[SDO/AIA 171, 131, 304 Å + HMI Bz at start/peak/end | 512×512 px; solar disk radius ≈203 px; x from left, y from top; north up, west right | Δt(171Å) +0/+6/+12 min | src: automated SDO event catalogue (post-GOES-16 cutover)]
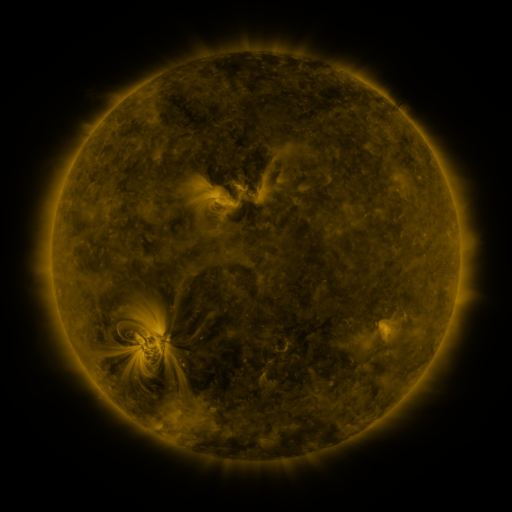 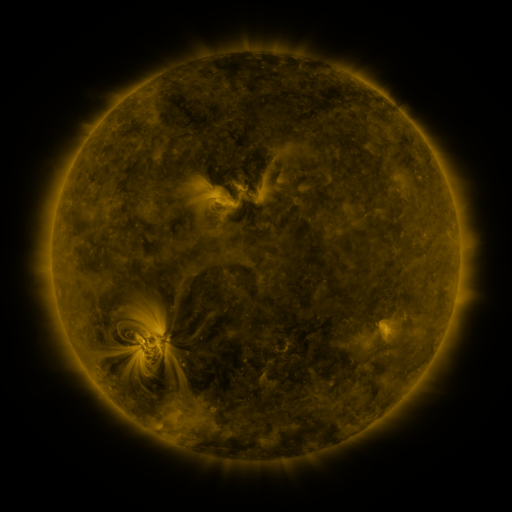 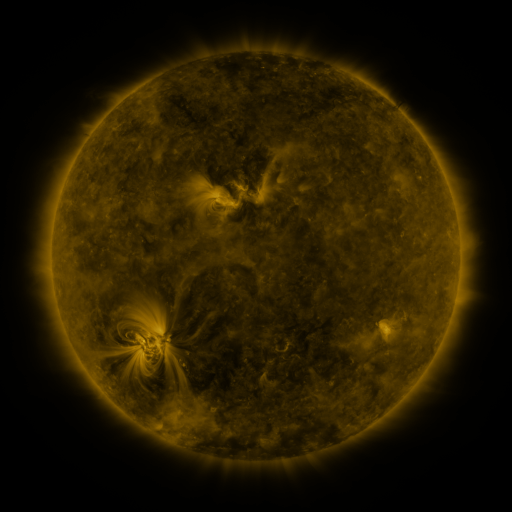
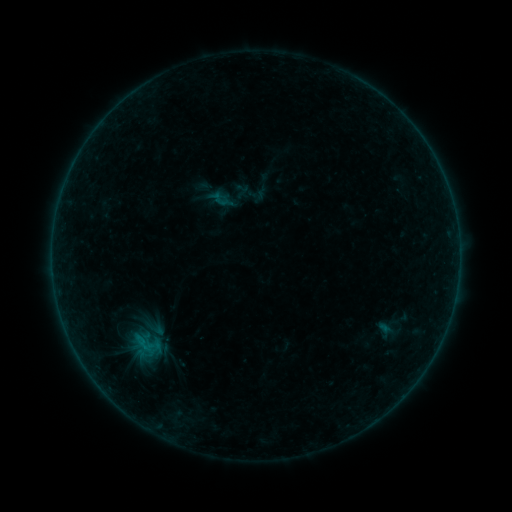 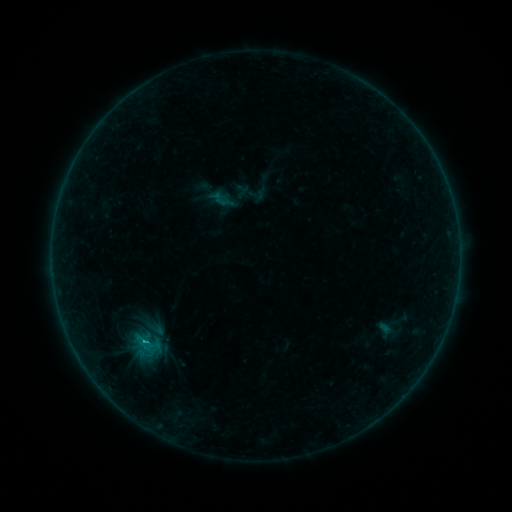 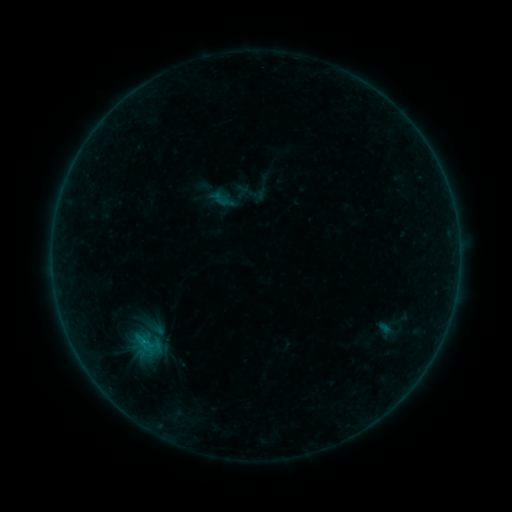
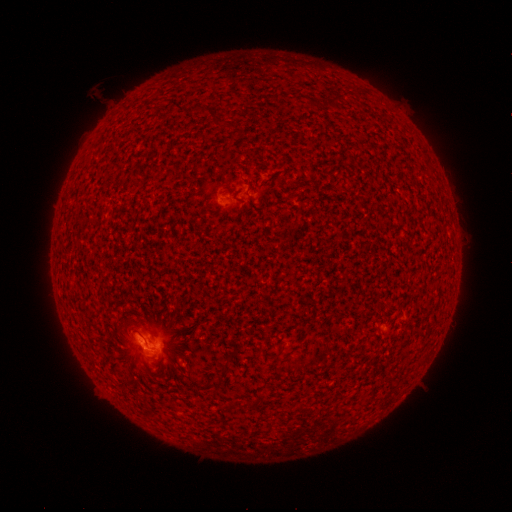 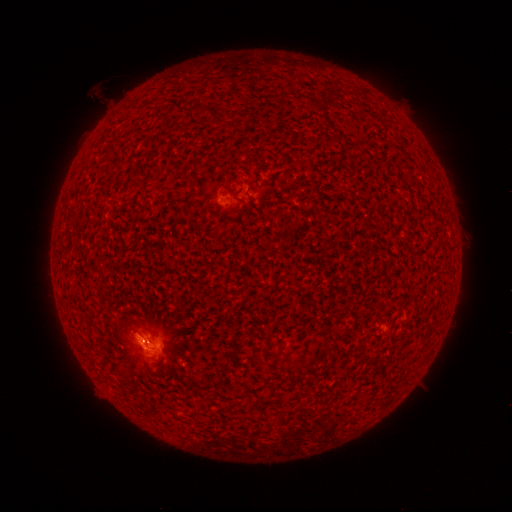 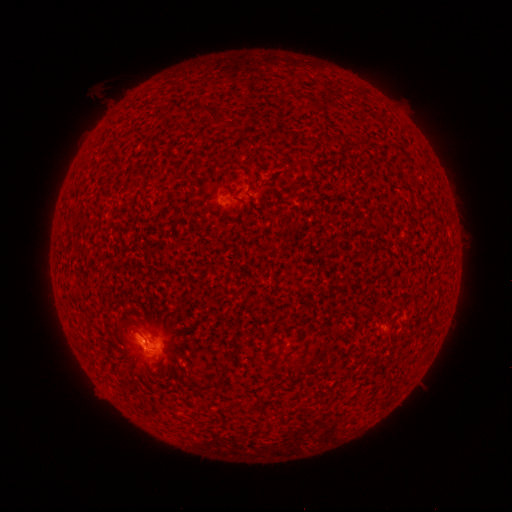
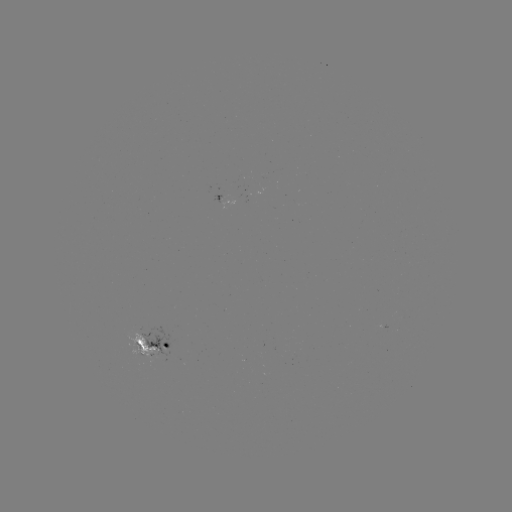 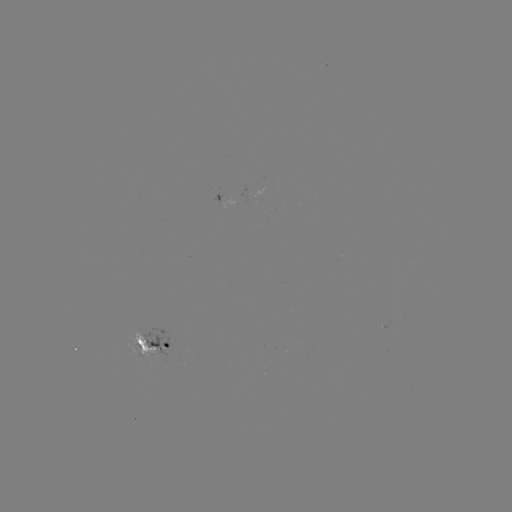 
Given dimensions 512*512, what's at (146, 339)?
B5.2 flare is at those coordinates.